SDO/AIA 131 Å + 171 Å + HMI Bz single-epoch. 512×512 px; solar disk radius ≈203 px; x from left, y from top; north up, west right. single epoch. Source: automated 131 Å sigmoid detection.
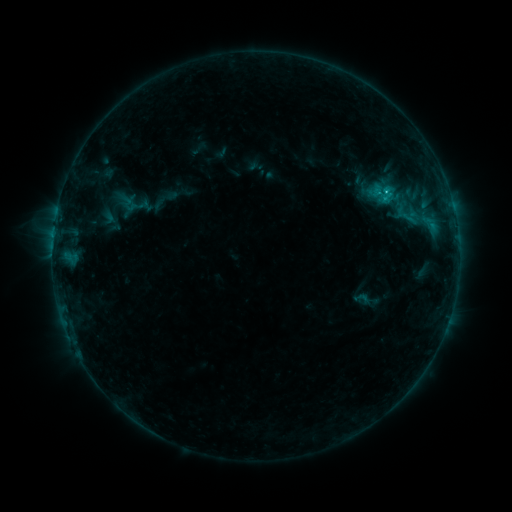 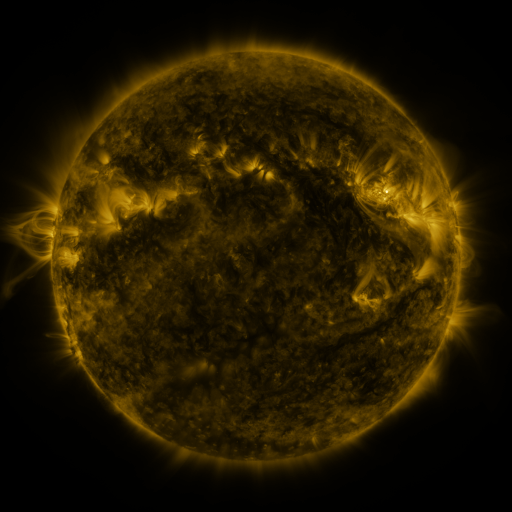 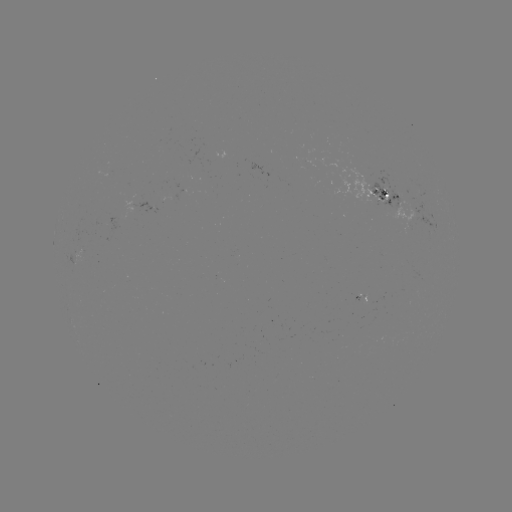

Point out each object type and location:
sigmoid: [353, 288, 370, 307]
